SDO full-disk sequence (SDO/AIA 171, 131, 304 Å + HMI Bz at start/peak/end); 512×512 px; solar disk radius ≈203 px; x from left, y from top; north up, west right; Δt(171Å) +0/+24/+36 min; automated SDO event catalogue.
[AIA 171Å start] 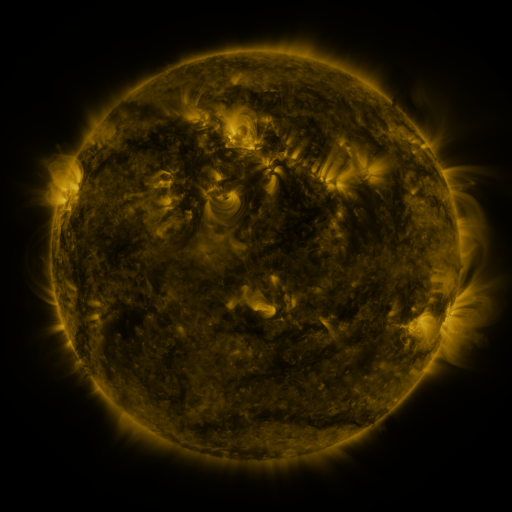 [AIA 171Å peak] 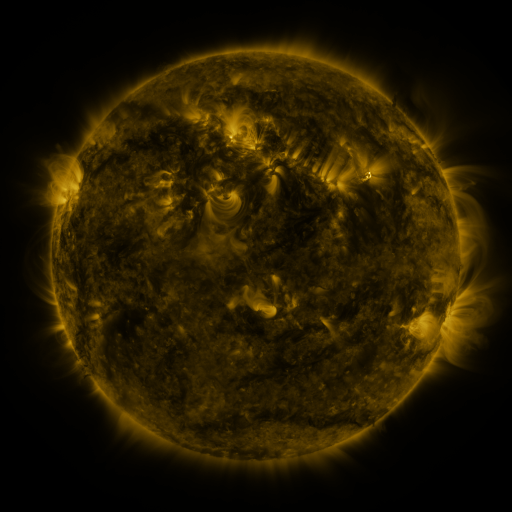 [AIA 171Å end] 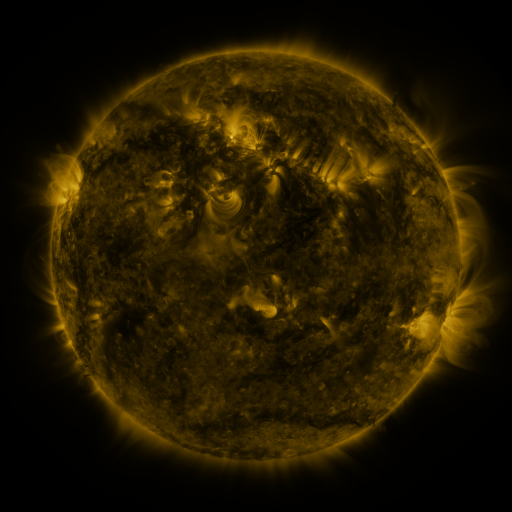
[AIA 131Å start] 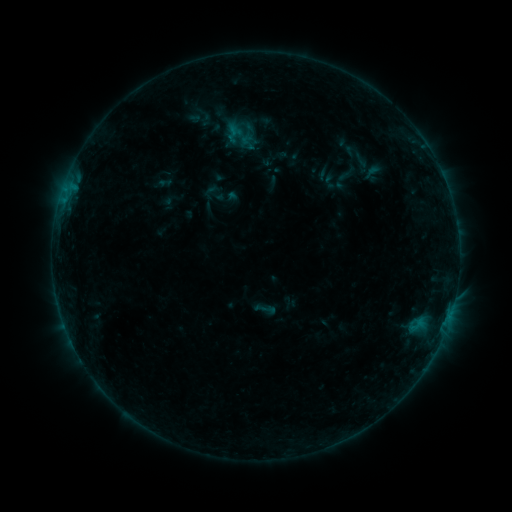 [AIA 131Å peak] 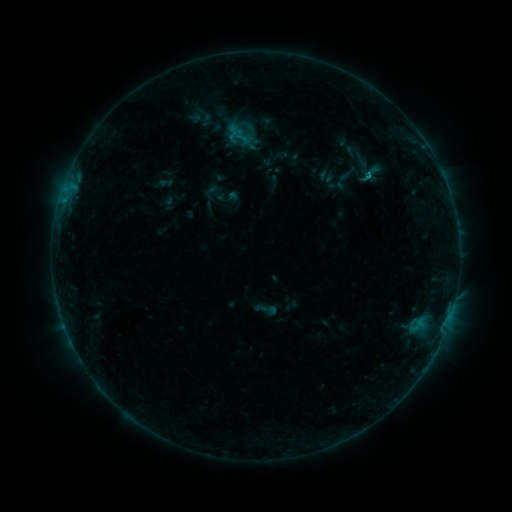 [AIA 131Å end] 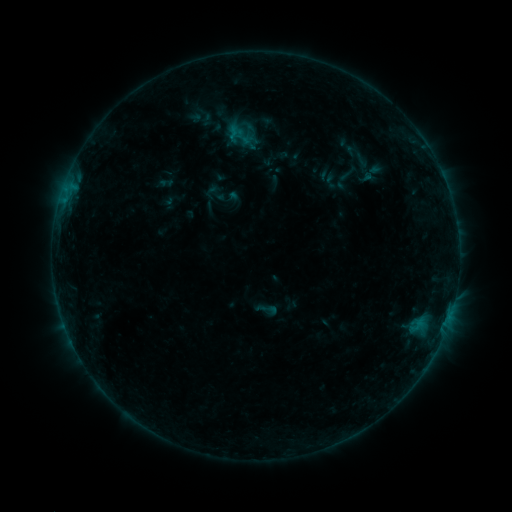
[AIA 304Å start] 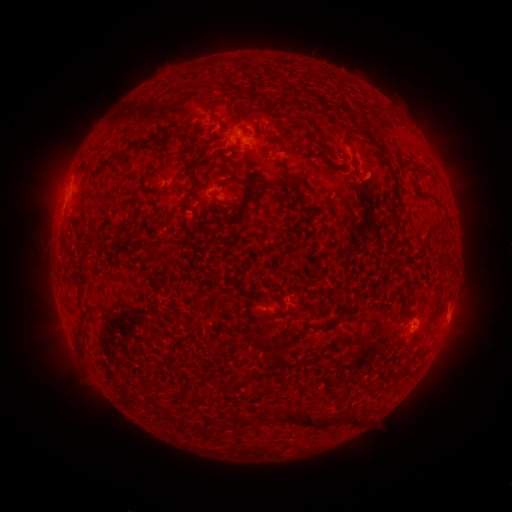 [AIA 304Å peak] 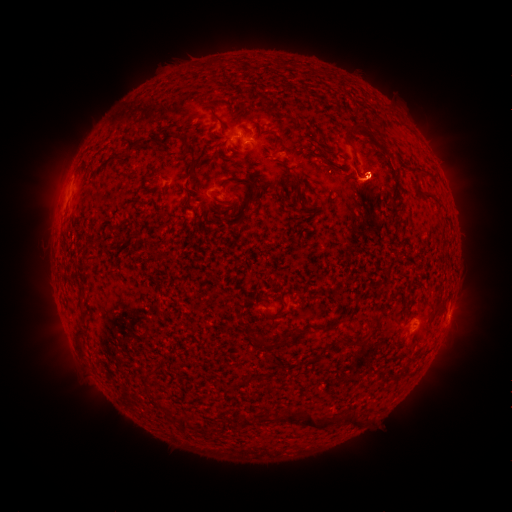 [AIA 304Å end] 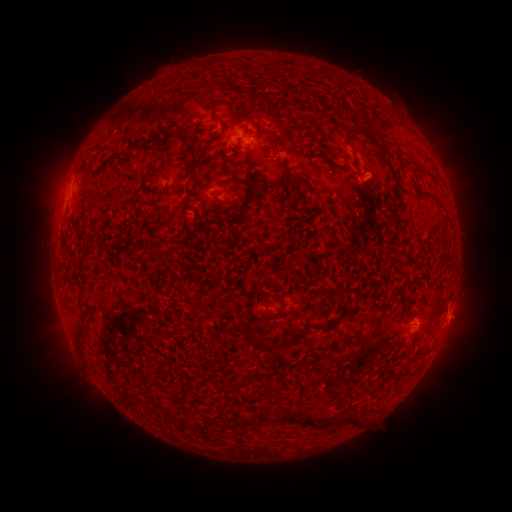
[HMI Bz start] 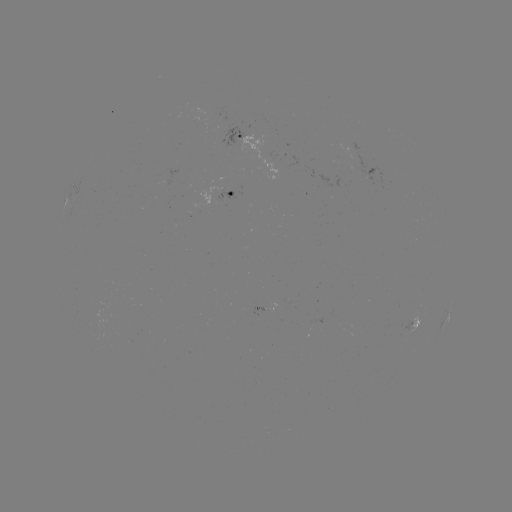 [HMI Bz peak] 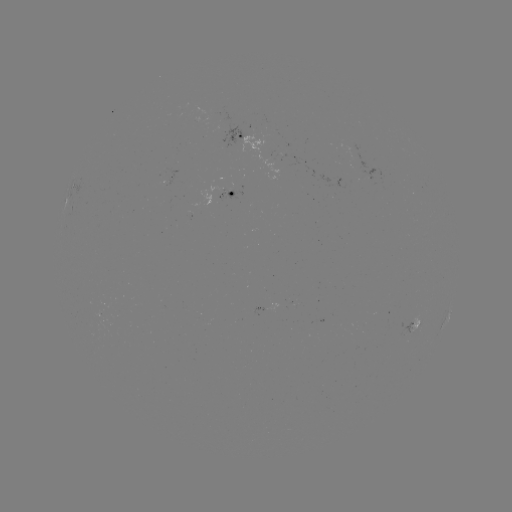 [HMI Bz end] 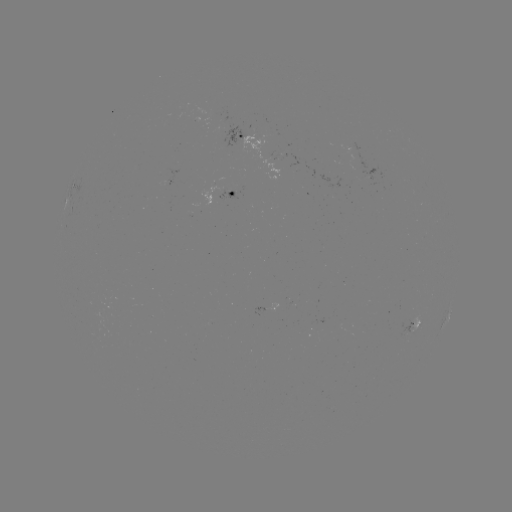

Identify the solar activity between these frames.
B4.0 flare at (367, 177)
